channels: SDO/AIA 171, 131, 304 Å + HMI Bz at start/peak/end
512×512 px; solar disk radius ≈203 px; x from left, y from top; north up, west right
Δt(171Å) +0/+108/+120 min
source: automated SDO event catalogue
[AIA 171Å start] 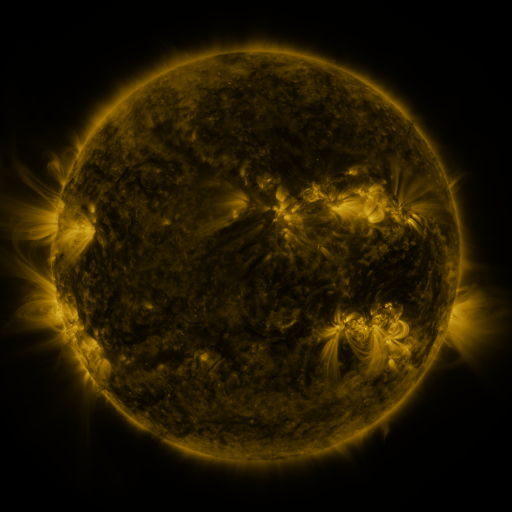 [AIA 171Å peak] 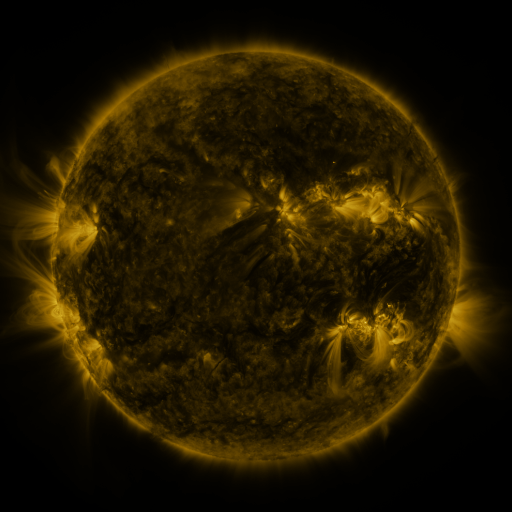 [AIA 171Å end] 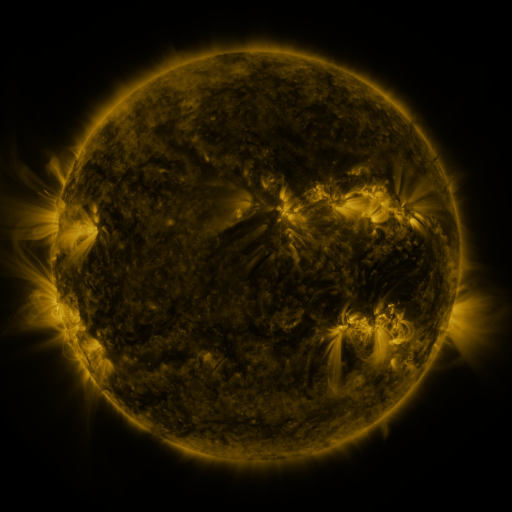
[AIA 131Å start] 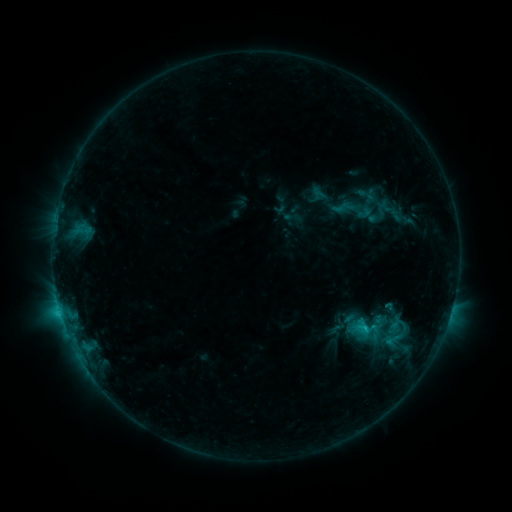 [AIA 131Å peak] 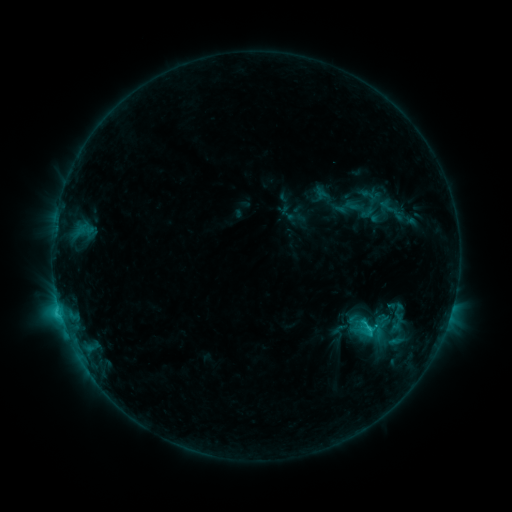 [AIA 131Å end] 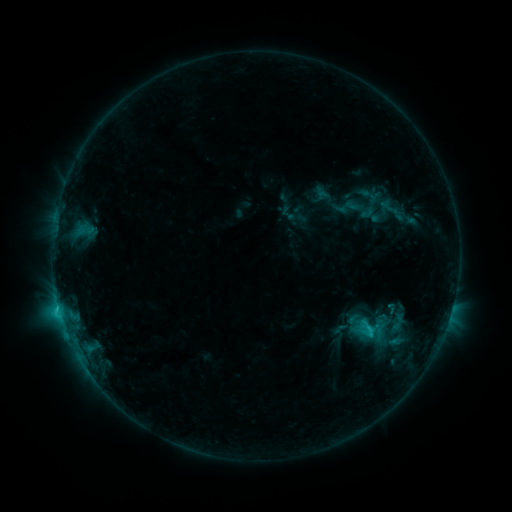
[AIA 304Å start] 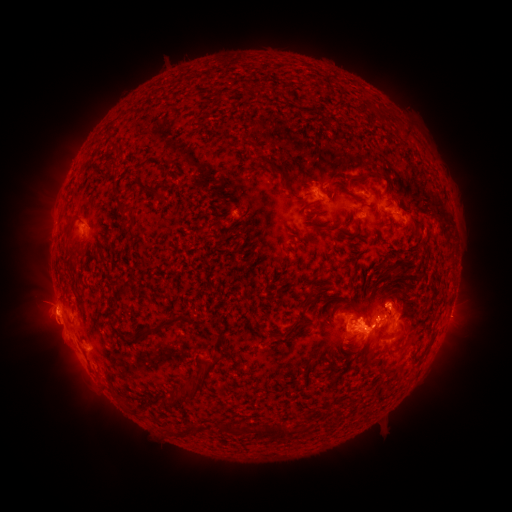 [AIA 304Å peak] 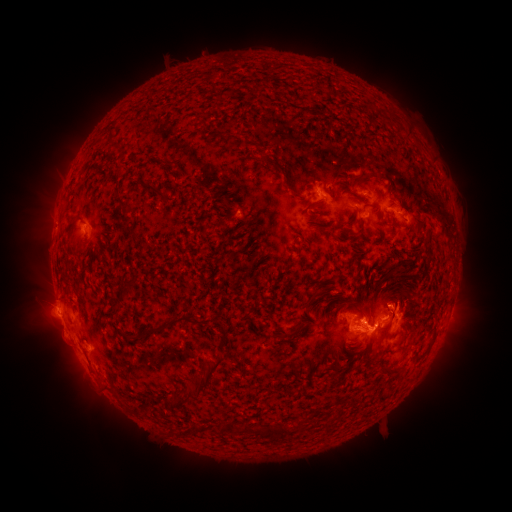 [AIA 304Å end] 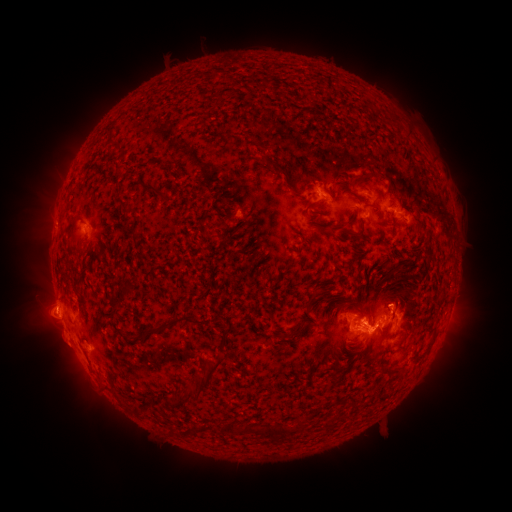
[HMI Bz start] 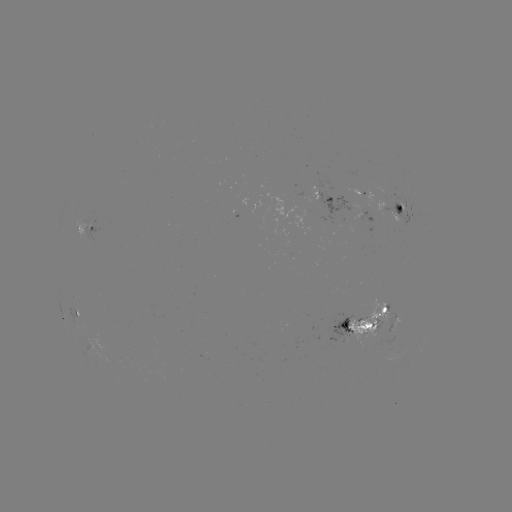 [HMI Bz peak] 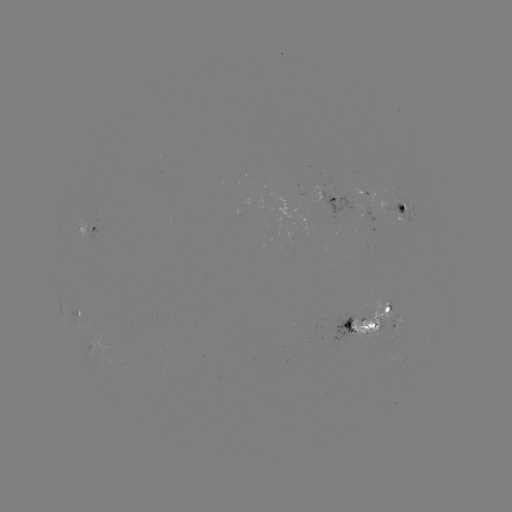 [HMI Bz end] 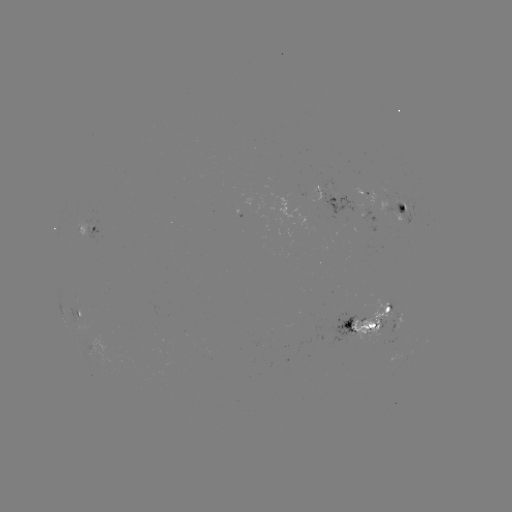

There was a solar emerging-flux region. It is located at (349, 329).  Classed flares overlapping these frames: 1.